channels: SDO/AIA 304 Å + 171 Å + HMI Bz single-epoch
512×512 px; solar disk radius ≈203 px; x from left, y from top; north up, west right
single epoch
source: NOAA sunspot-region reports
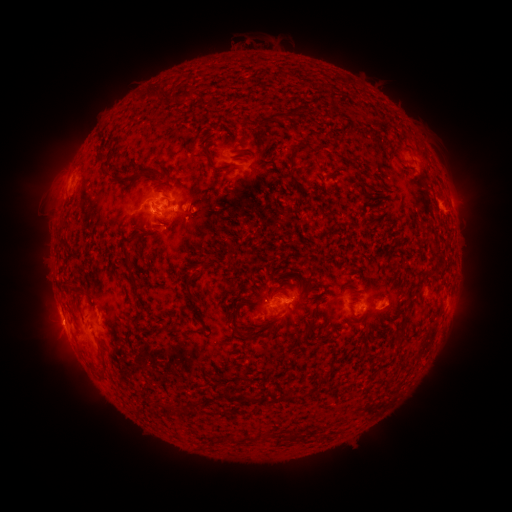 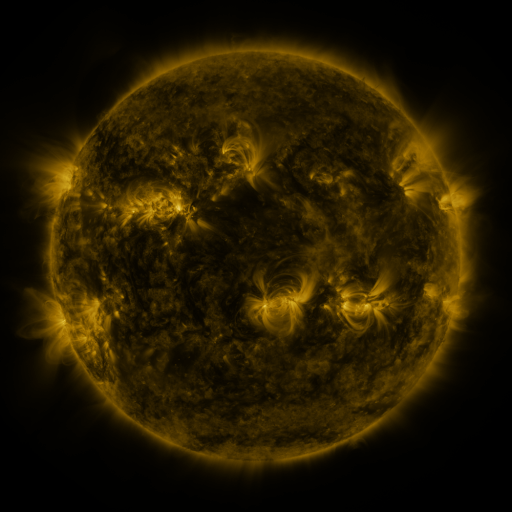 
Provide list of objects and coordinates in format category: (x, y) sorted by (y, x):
spotted active region: (262, 175)
spotted active region: (170, 210)
spotted active region: (279, 304)
spotted active region: (386, 304)
spotted active region: (98, 306)
